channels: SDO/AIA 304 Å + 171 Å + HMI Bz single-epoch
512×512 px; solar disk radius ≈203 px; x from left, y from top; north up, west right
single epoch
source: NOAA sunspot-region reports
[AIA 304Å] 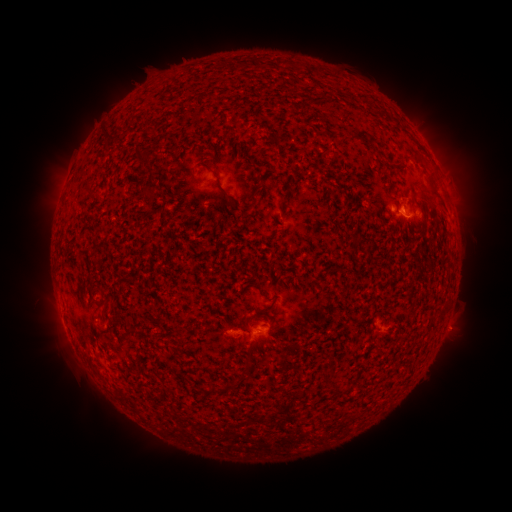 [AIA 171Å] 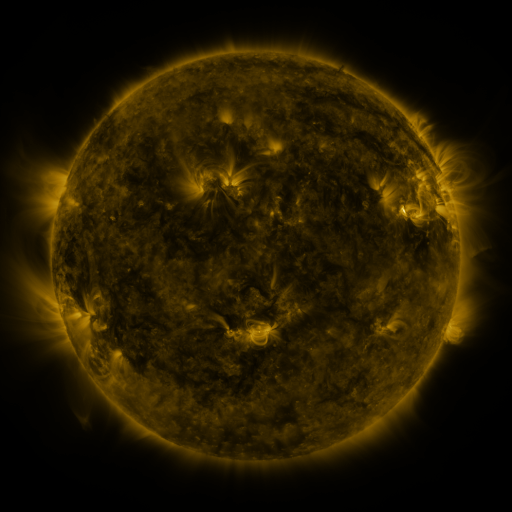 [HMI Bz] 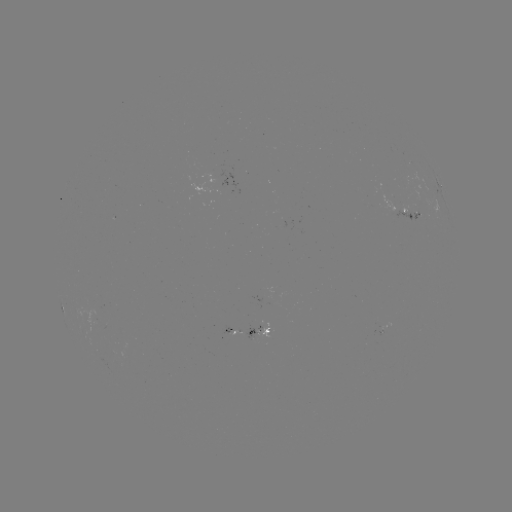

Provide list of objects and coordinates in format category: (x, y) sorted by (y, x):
spotted active region: (442, 190)
spotted active region: (404, 211)
spotted active region: (252, 333)
